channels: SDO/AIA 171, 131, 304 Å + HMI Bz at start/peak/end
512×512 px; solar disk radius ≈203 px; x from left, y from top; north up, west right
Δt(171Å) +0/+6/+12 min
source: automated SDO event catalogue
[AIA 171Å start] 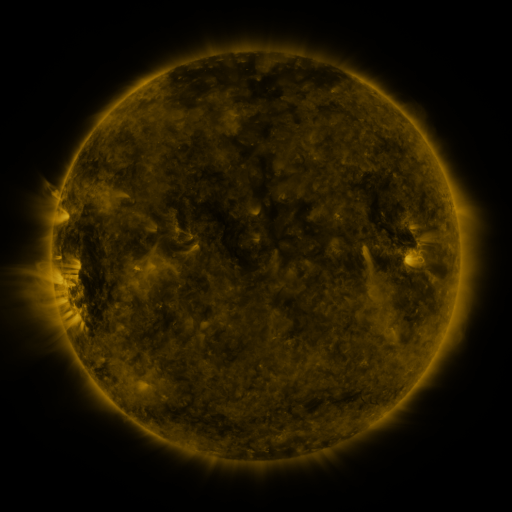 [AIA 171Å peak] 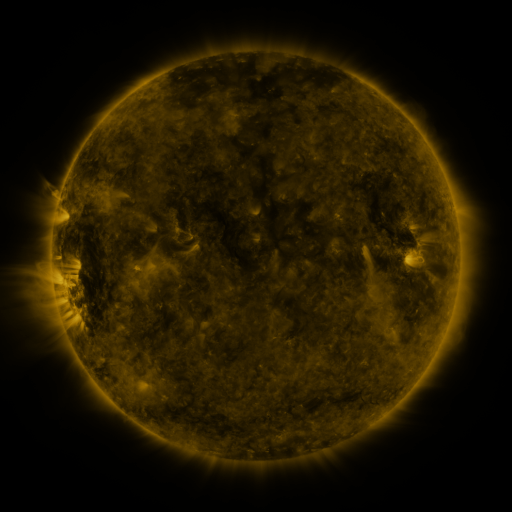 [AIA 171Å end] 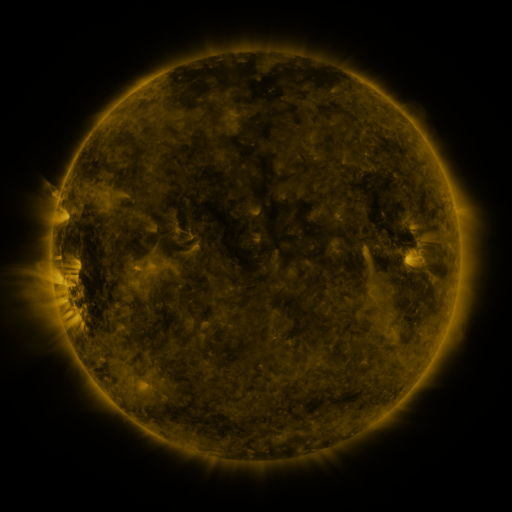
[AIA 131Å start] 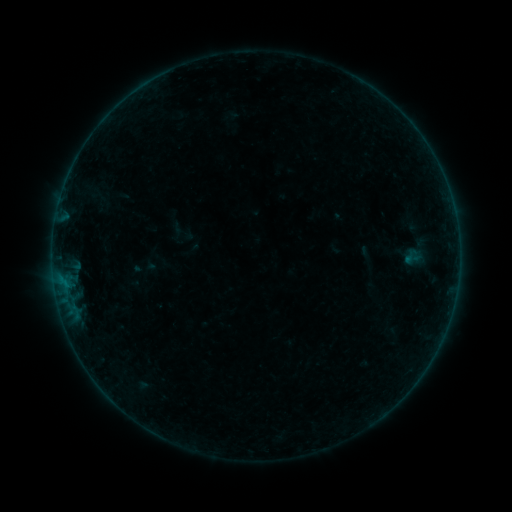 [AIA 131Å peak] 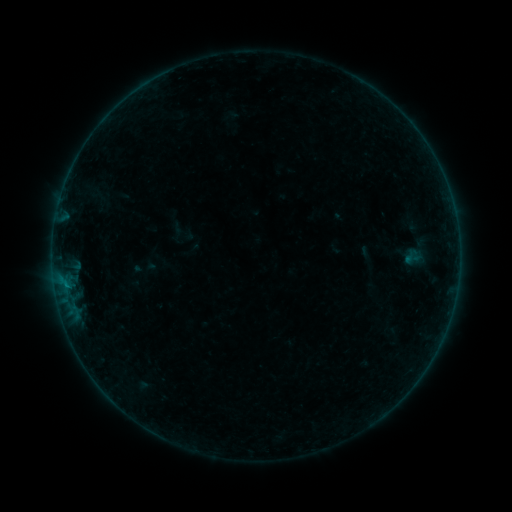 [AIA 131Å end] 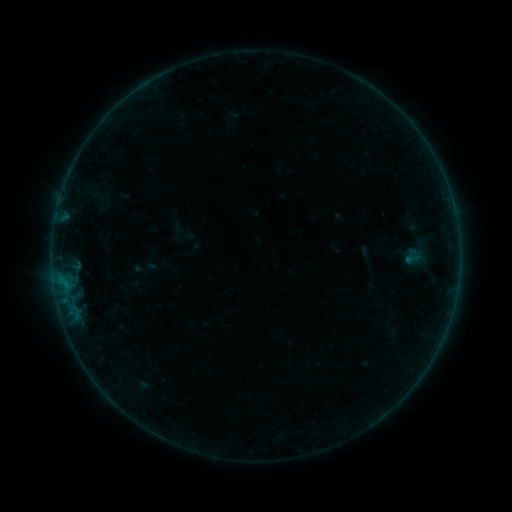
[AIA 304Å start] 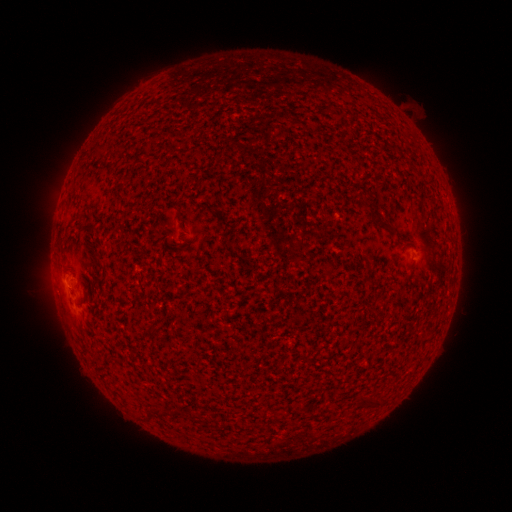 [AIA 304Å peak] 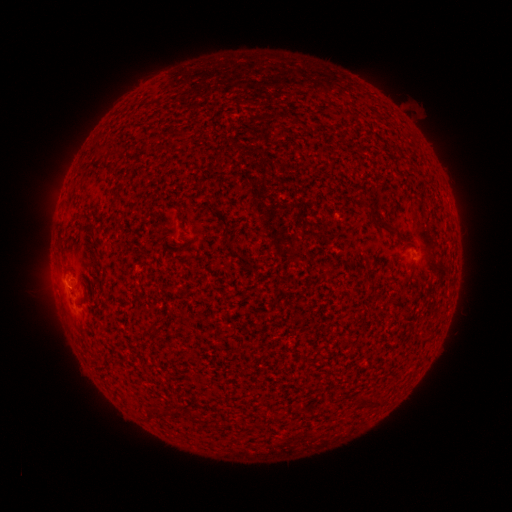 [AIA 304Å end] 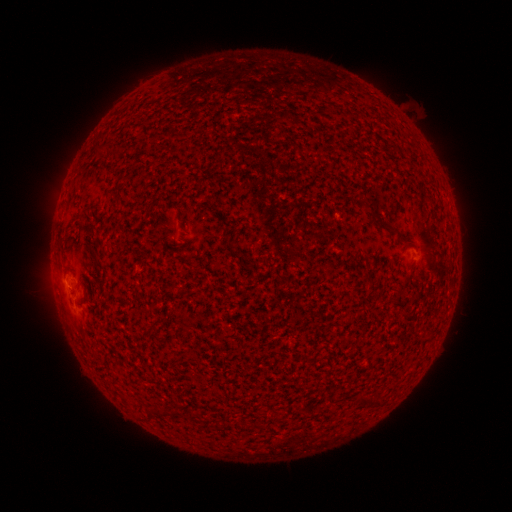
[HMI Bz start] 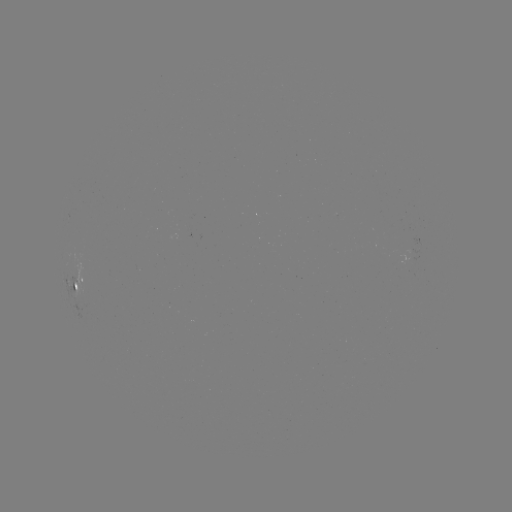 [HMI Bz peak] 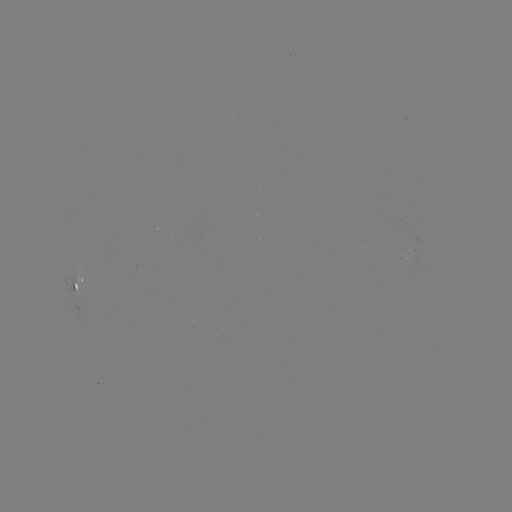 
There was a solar flare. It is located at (67, 284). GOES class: B1.1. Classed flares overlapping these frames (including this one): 1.